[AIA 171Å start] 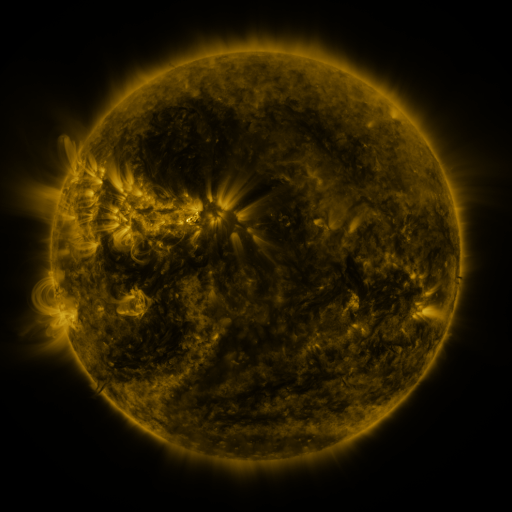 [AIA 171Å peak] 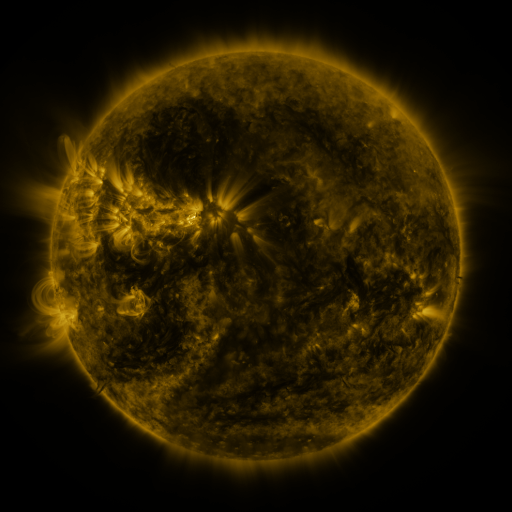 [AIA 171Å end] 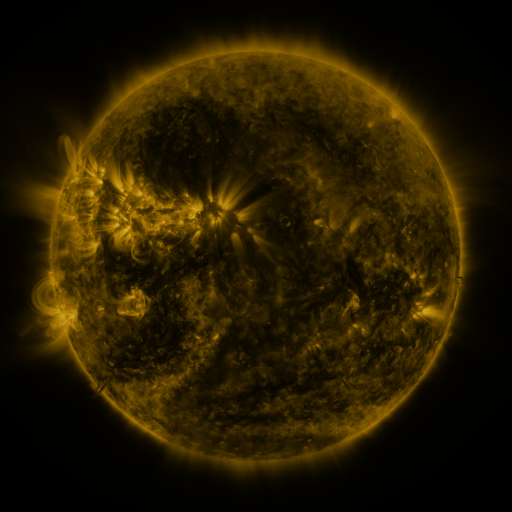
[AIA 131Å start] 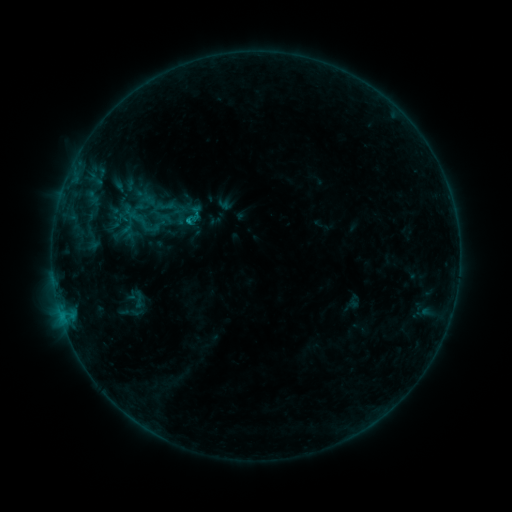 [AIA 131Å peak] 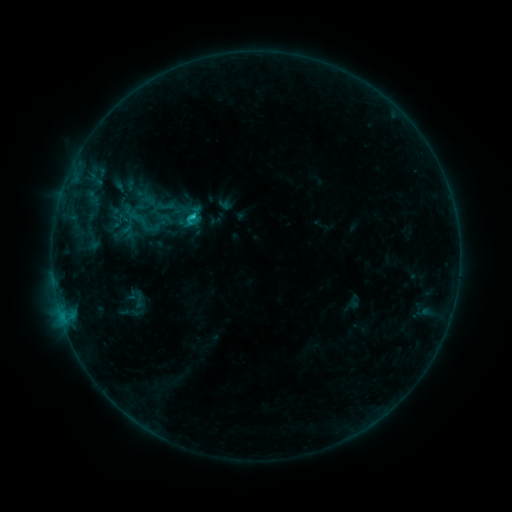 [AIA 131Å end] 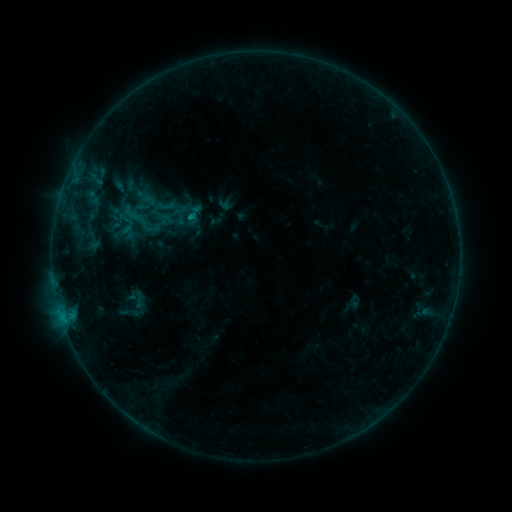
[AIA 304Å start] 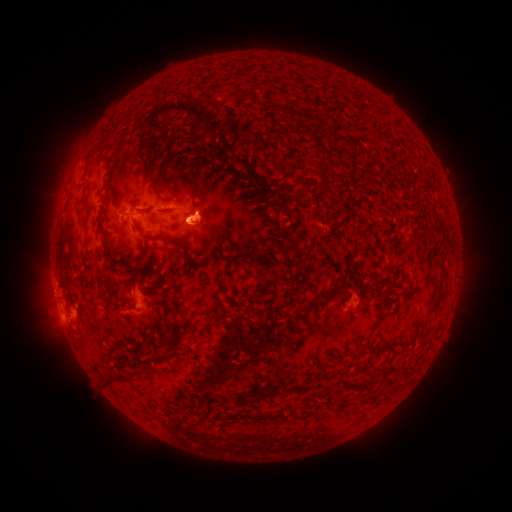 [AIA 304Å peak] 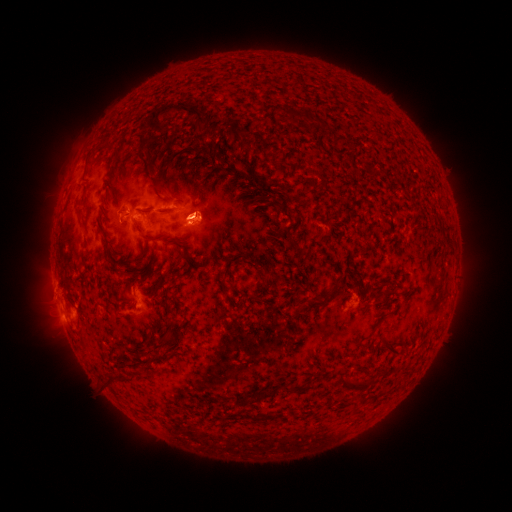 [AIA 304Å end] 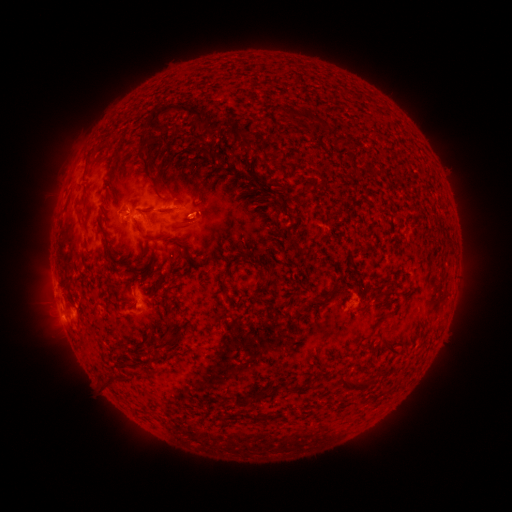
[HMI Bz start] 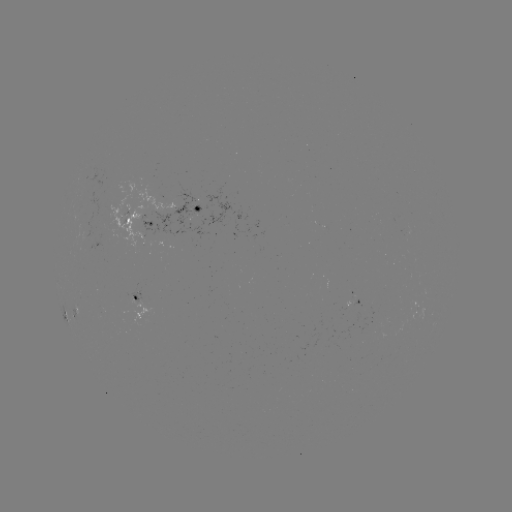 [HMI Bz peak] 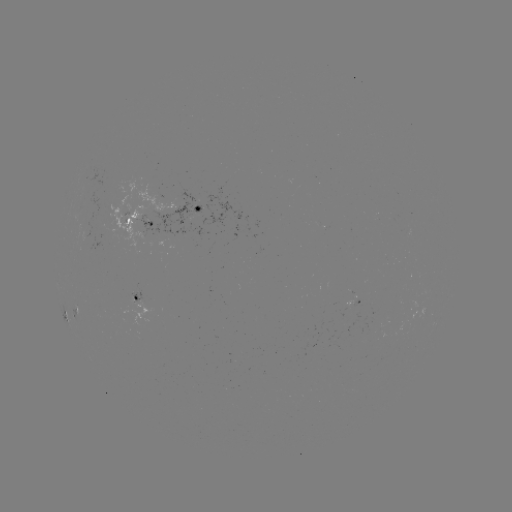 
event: flare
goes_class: C1.1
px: (194, 220)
